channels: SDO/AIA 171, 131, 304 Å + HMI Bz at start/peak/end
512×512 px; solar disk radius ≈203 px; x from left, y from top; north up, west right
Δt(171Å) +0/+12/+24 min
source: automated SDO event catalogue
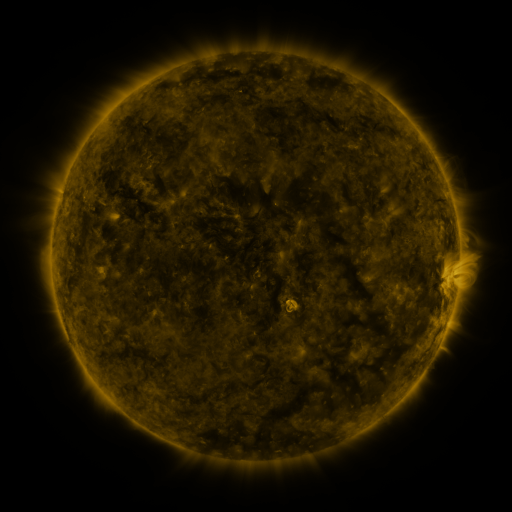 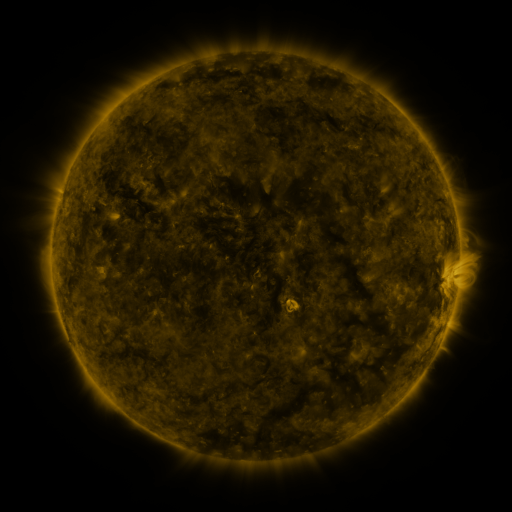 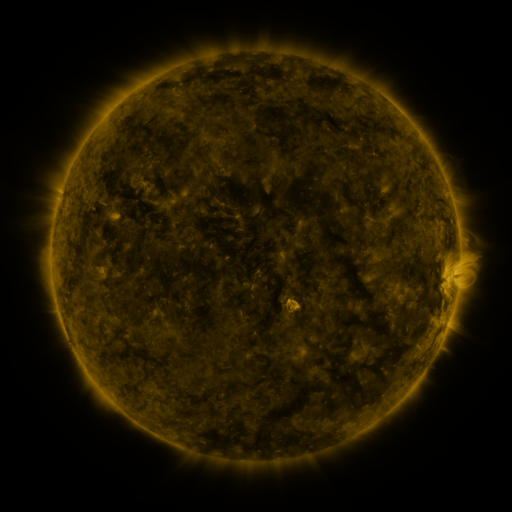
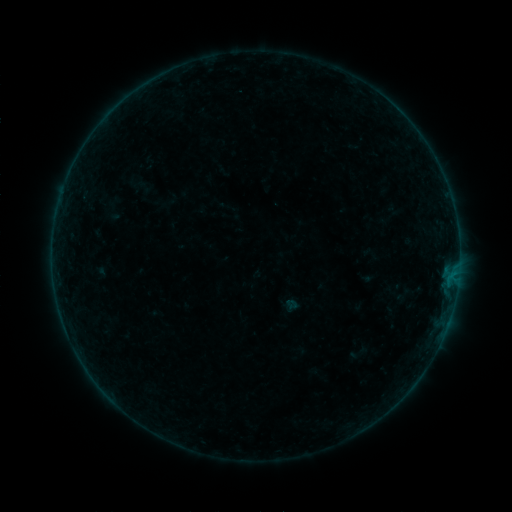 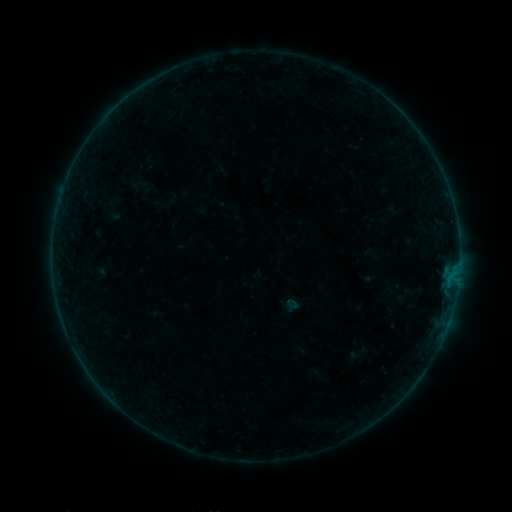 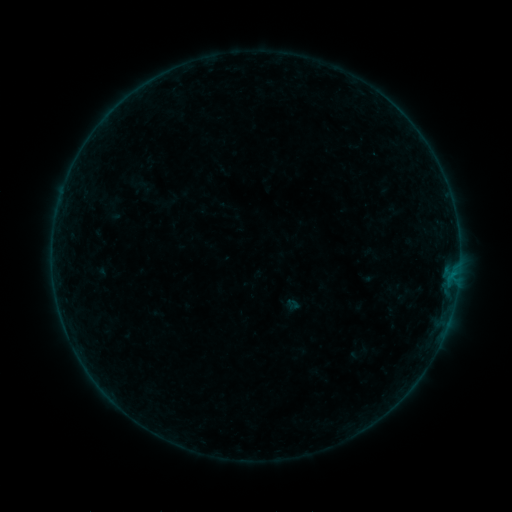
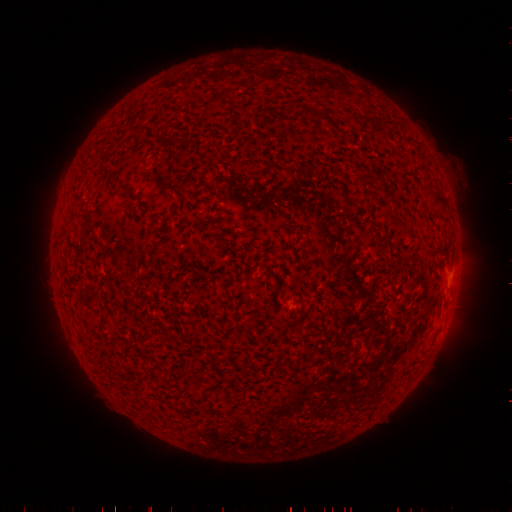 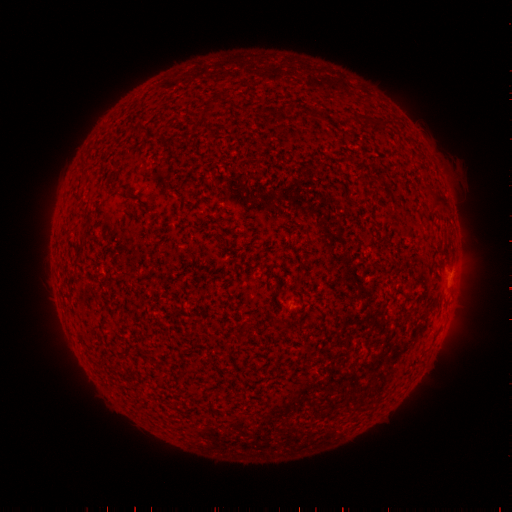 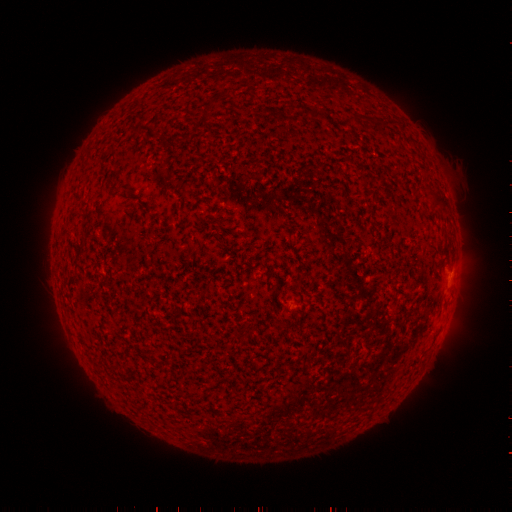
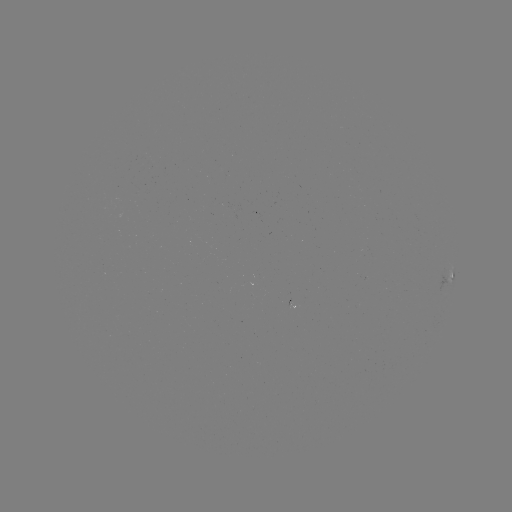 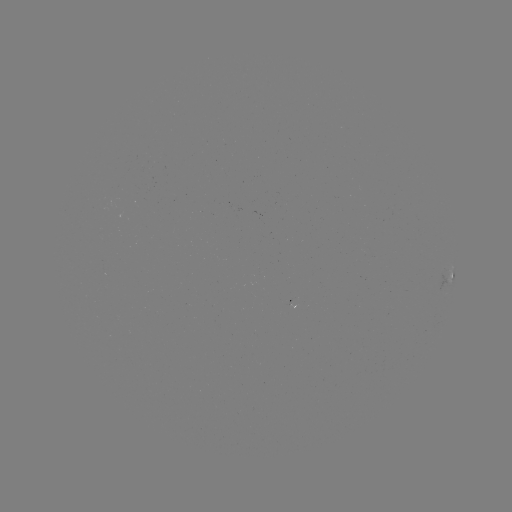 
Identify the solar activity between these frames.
no classed flare was catalogued and no EUV brightening was flagged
